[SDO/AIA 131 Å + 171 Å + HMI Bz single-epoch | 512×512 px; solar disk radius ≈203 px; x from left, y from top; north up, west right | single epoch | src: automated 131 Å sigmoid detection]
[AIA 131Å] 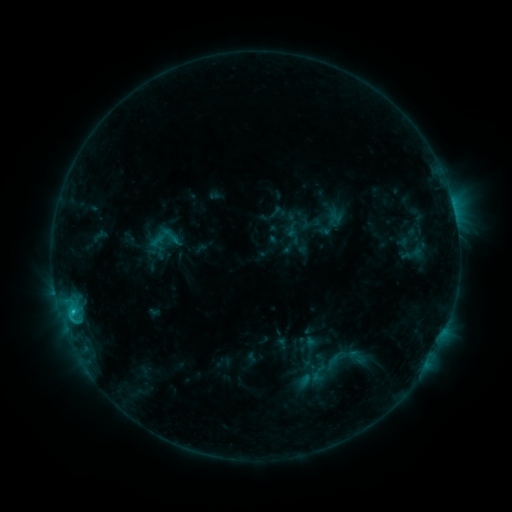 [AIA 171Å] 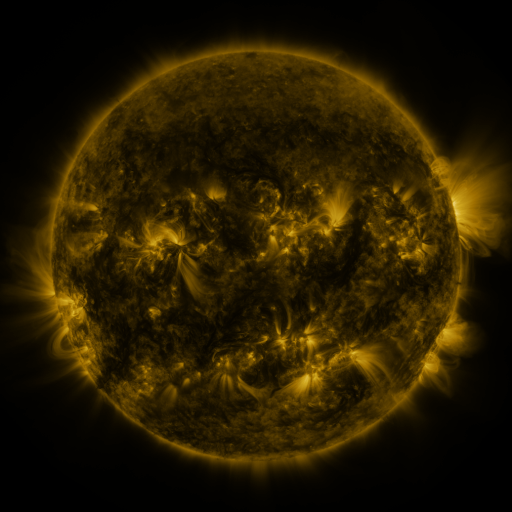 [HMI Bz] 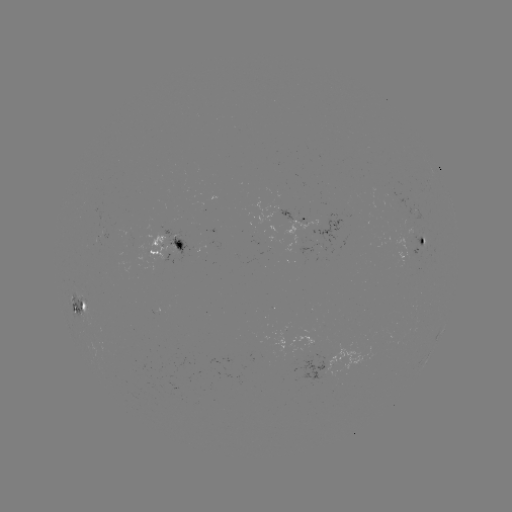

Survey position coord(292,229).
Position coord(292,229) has sigmoid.